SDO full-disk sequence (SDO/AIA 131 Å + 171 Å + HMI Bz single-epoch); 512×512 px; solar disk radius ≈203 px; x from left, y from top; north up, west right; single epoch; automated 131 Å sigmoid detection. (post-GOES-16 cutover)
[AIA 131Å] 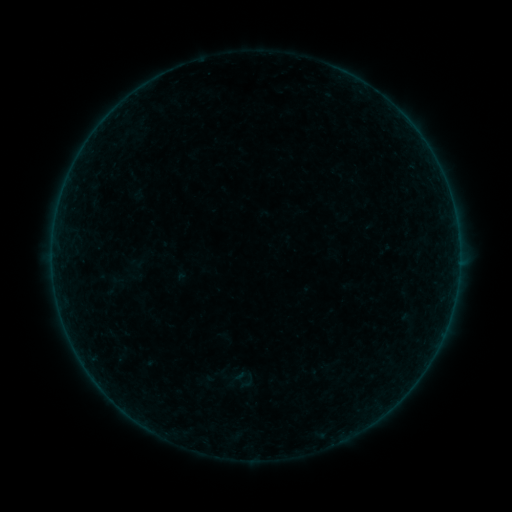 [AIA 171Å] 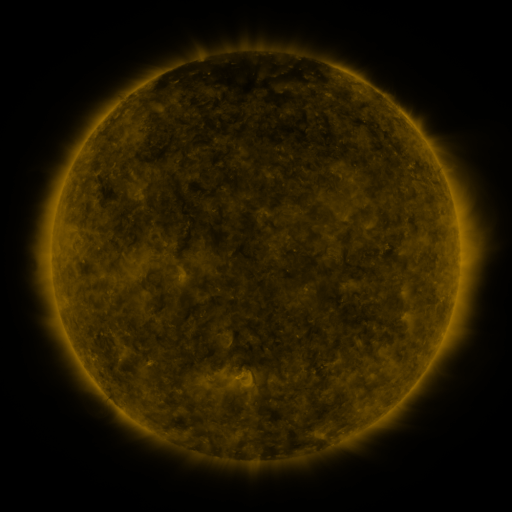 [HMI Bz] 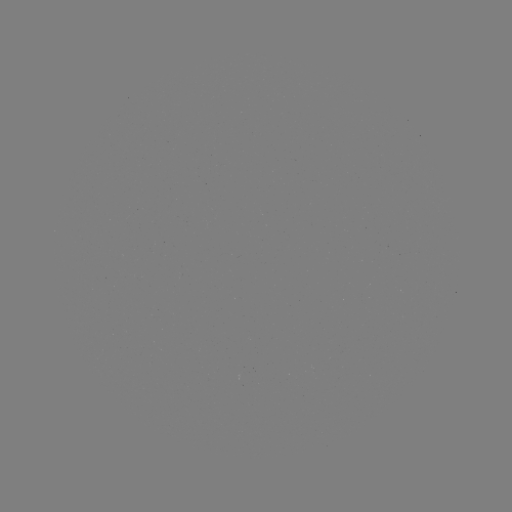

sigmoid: <bbox>237, 372, 256, 390</bbox>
